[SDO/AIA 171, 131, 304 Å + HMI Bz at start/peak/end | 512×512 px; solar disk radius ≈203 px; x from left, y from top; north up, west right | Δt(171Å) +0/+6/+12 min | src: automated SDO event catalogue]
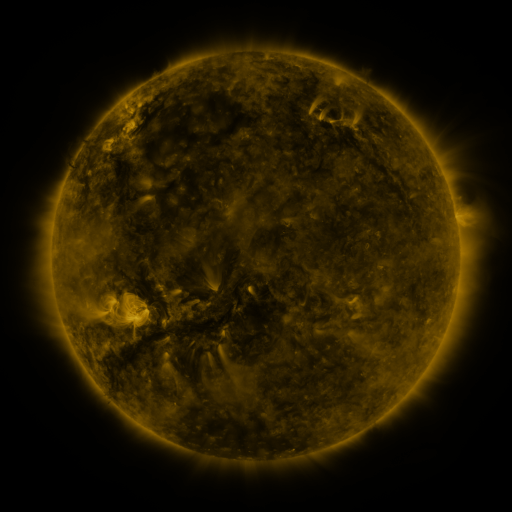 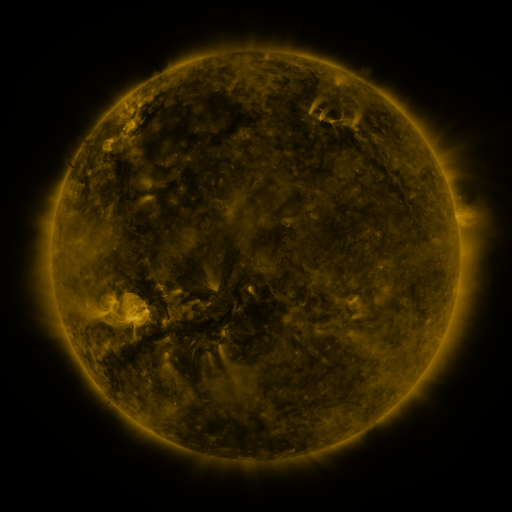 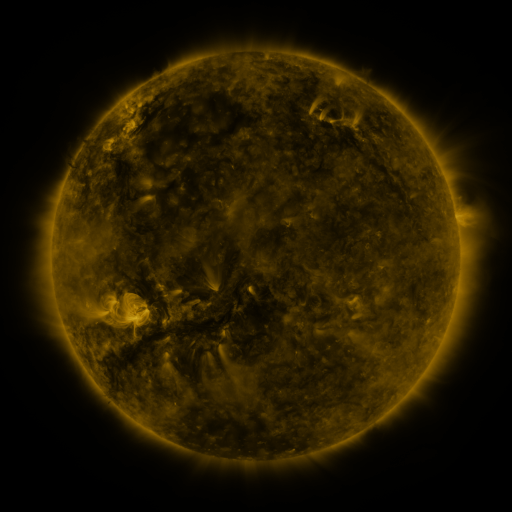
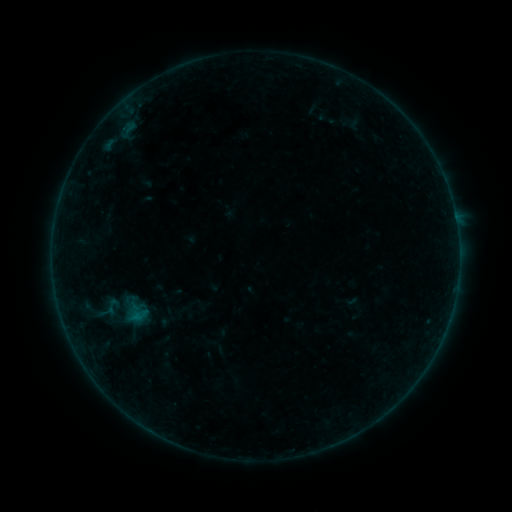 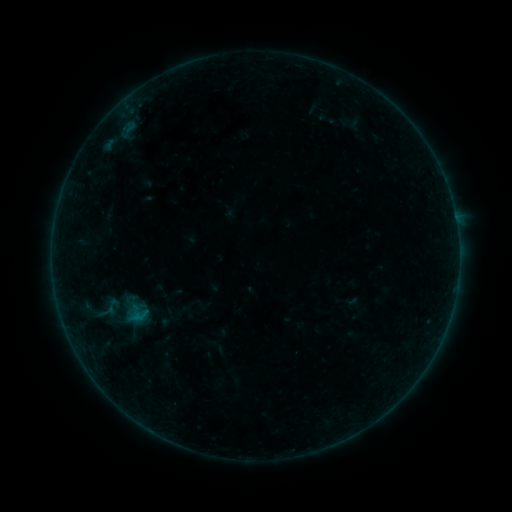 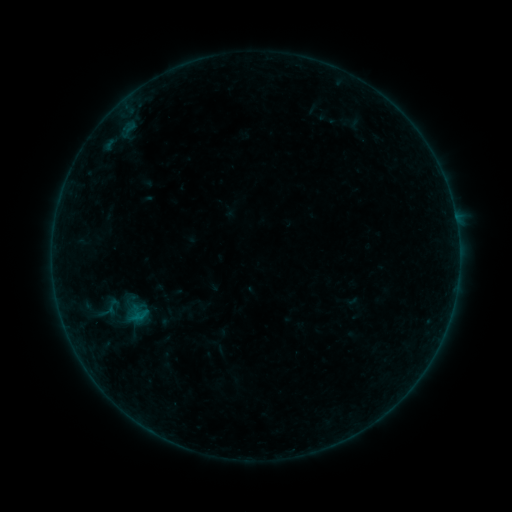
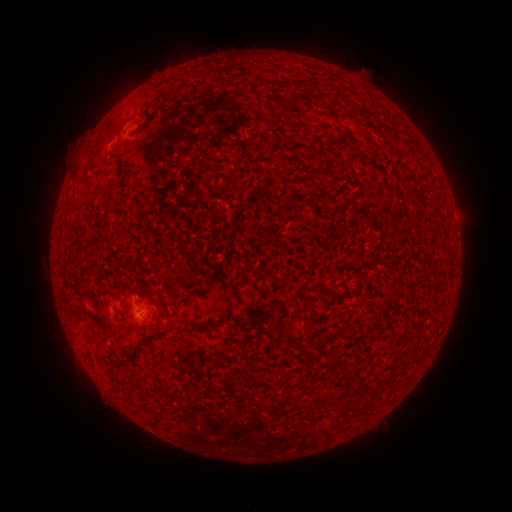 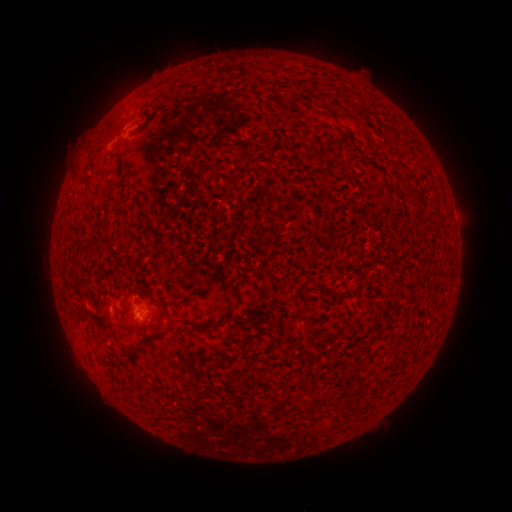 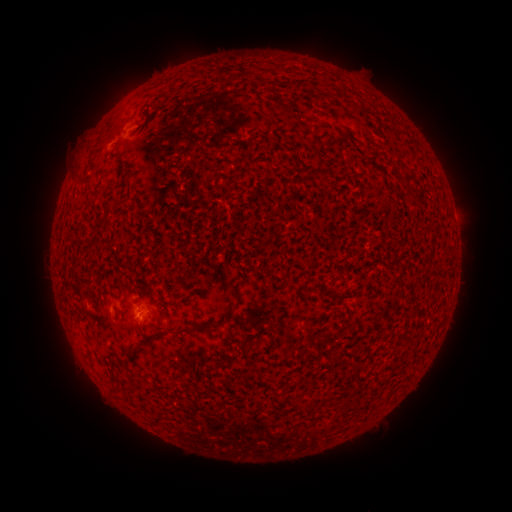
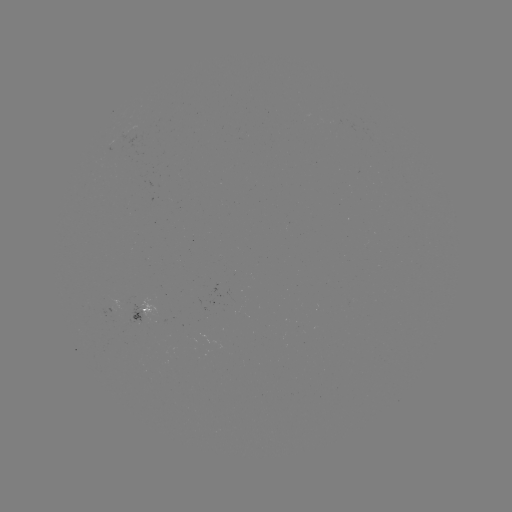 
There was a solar flare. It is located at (134, 317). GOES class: B1.0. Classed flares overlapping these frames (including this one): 1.